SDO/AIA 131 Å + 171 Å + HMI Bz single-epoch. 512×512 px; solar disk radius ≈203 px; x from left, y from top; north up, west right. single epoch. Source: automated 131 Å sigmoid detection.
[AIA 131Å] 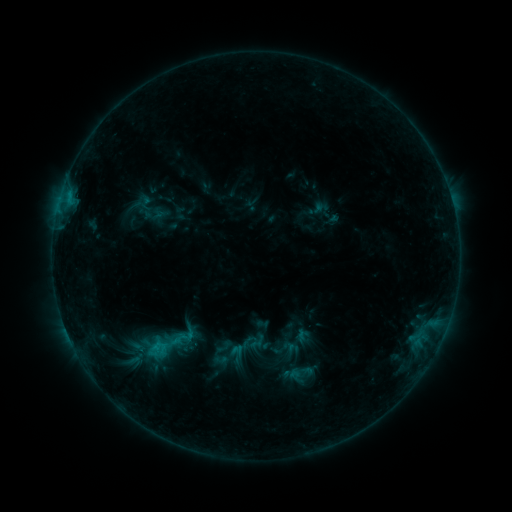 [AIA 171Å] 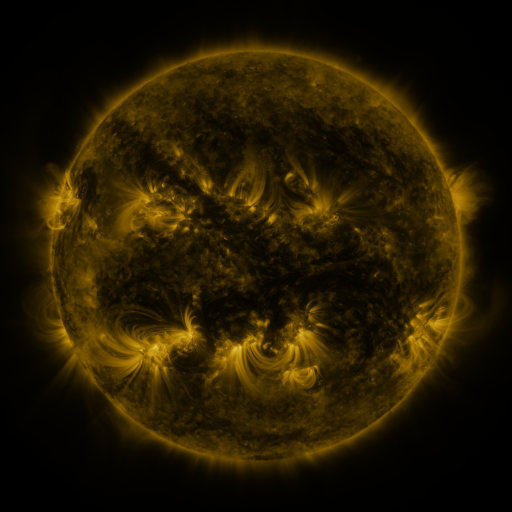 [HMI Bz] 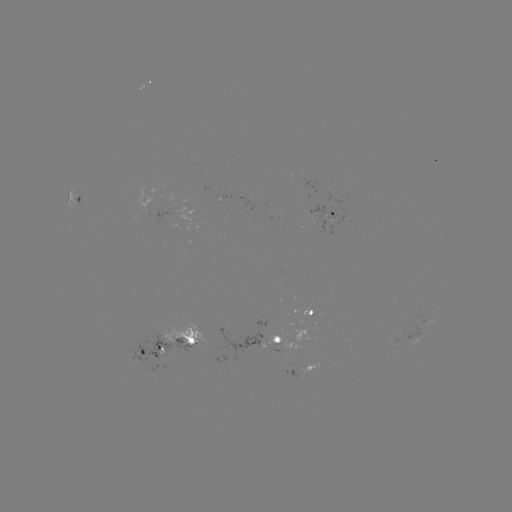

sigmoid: [139, 324, 190, 365]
